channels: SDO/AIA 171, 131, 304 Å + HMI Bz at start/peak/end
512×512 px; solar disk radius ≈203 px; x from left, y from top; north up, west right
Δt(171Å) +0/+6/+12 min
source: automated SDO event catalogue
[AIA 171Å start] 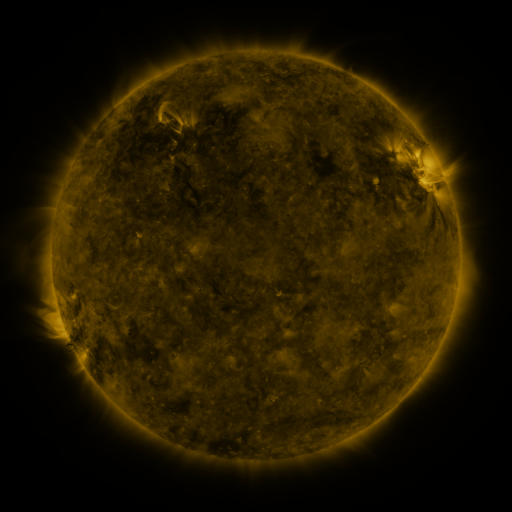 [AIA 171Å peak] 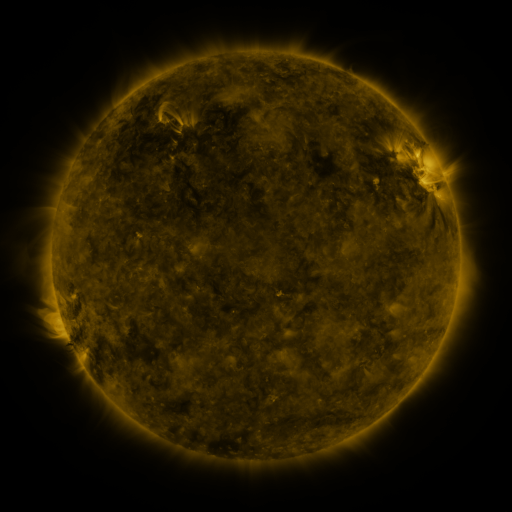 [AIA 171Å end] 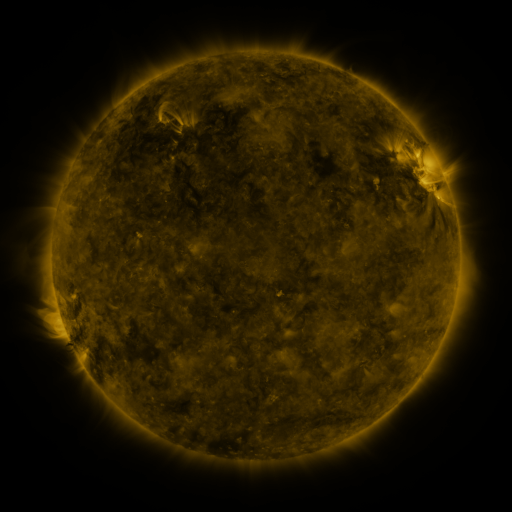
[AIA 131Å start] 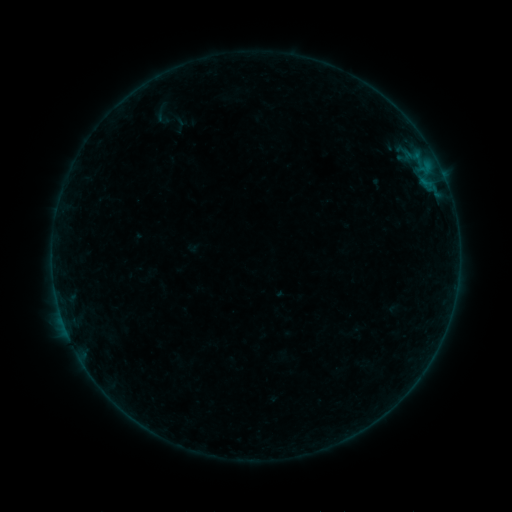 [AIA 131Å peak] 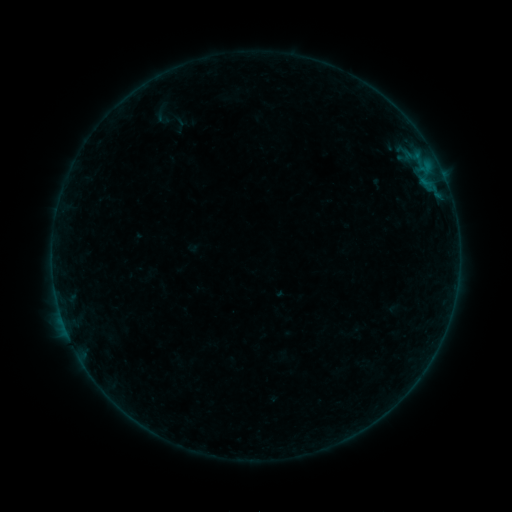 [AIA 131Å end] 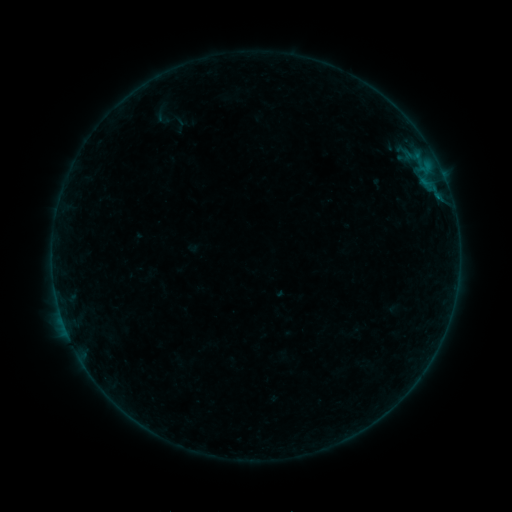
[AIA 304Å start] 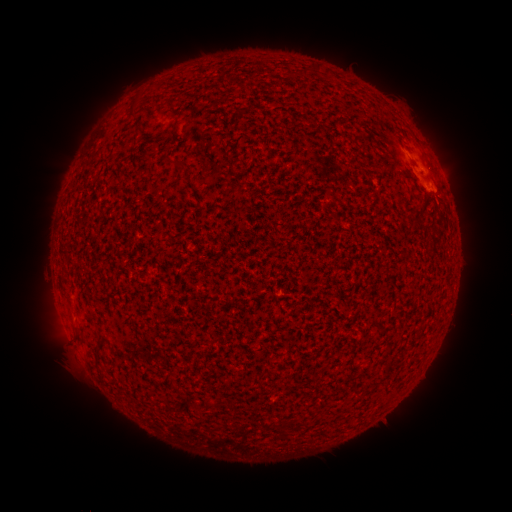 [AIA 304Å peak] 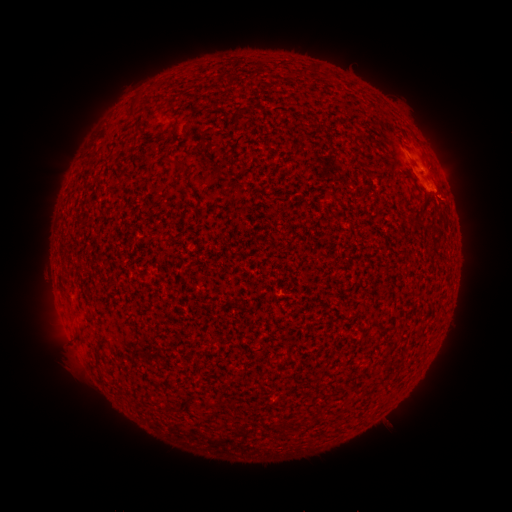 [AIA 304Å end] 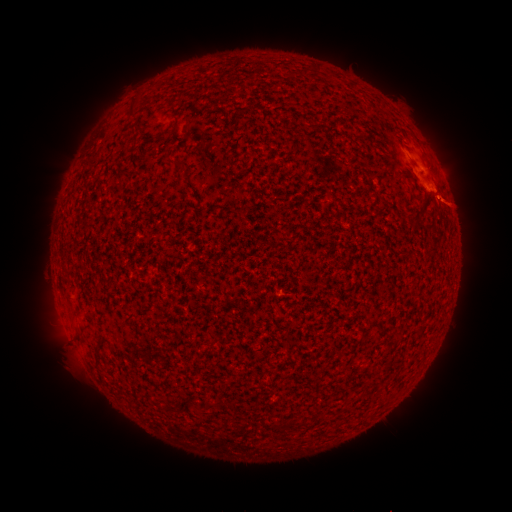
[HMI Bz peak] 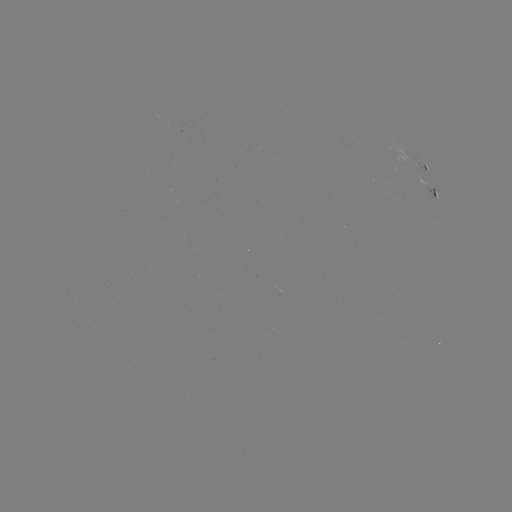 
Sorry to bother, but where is eruption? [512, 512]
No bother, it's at (455, 202).